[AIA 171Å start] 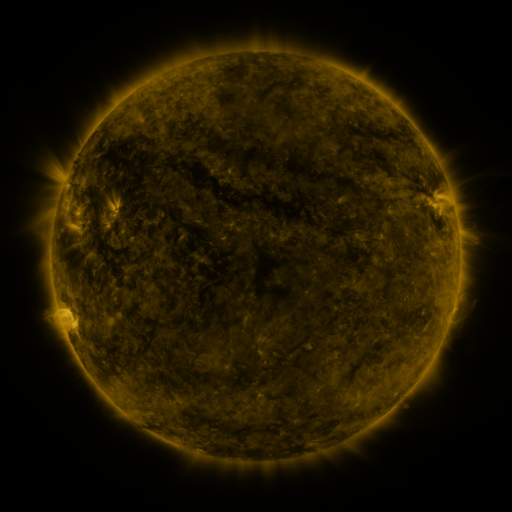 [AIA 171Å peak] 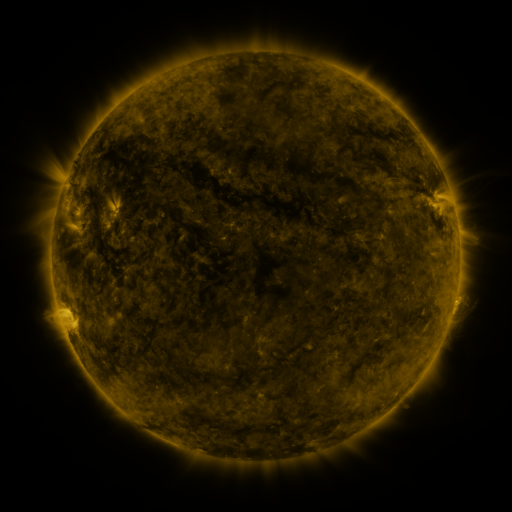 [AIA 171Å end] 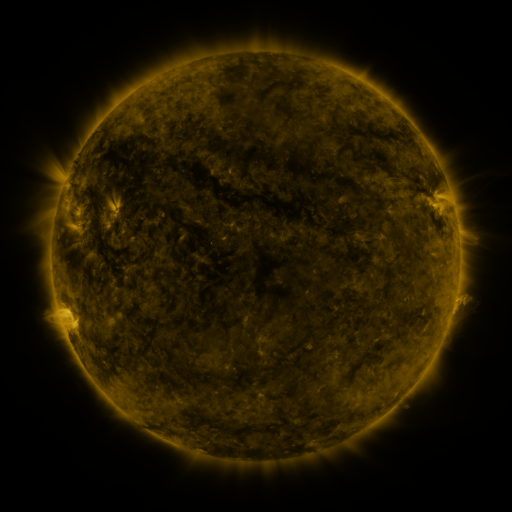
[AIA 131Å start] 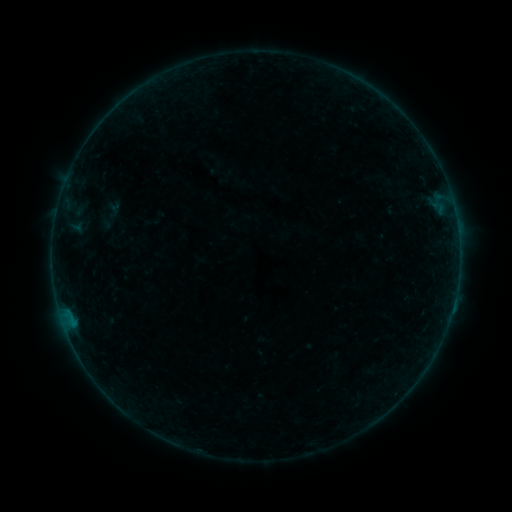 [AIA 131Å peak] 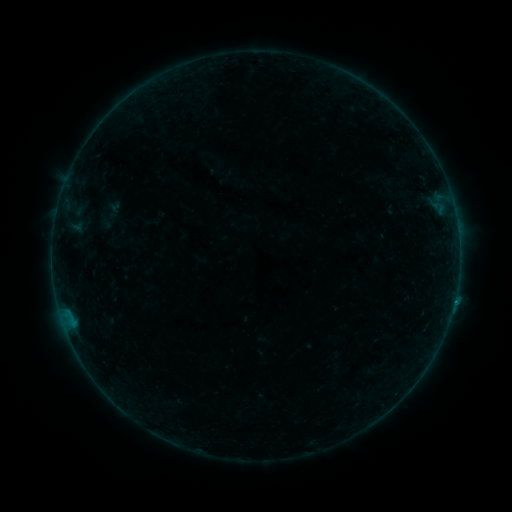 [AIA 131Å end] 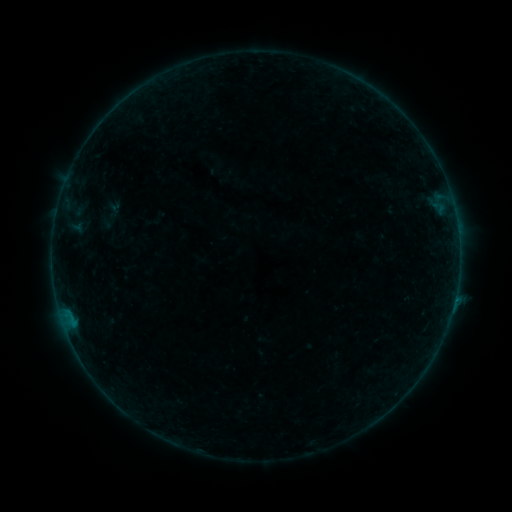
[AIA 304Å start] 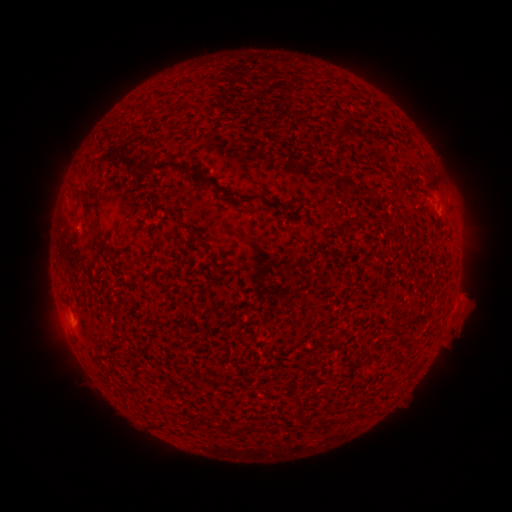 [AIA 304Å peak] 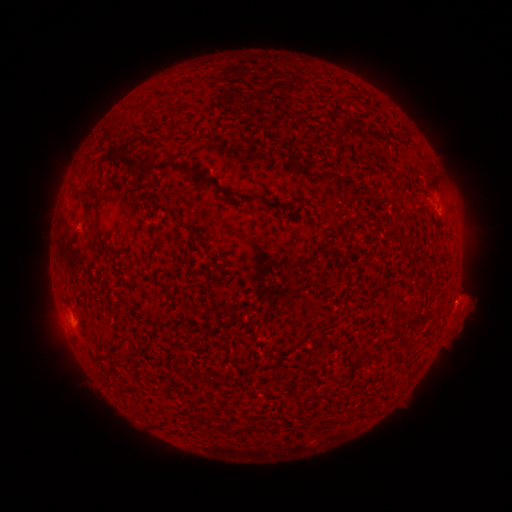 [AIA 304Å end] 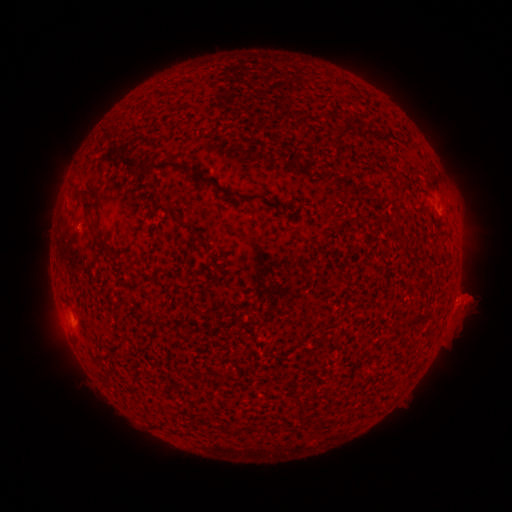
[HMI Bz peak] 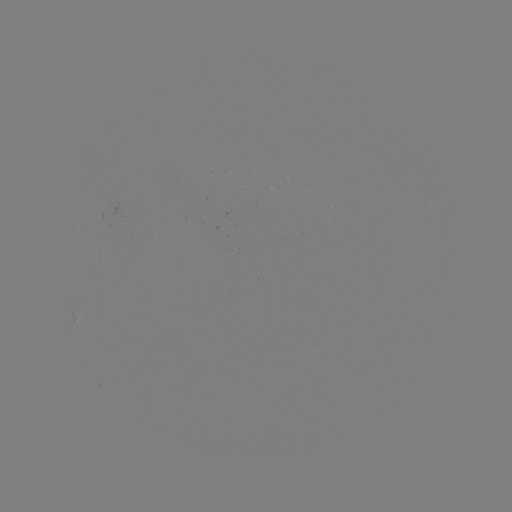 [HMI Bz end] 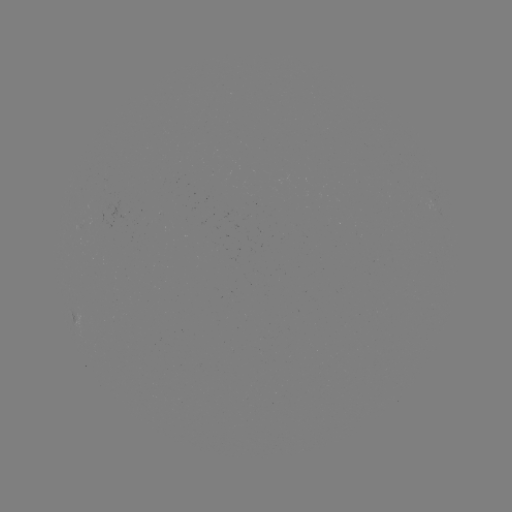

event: flare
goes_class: B2.0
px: (454, 298)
